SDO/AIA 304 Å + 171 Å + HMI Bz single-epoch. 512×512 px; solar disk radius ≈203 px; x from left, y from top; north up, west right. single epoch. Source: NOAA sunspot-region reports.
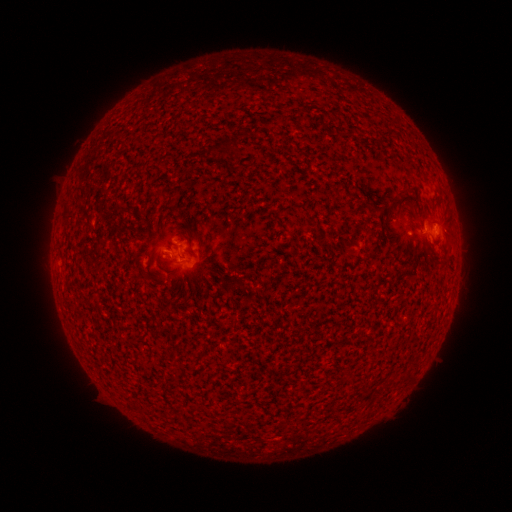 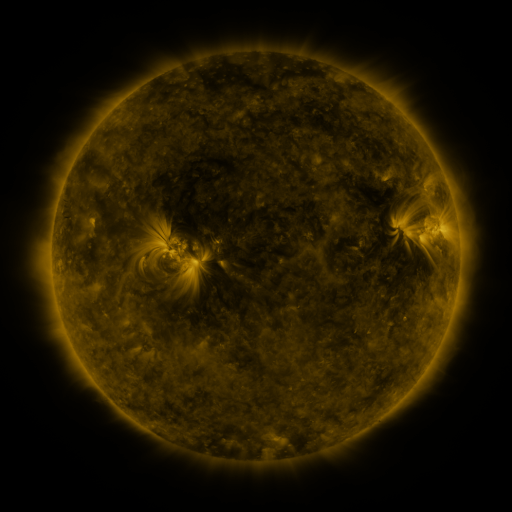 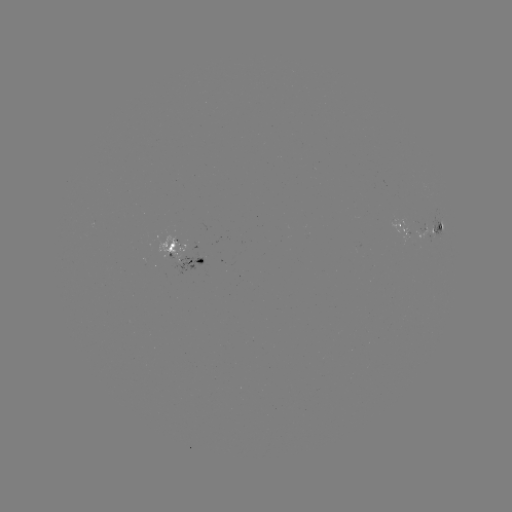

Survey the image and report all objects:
spotted active region: (421, 231)
spotted active region: (183, 254)
